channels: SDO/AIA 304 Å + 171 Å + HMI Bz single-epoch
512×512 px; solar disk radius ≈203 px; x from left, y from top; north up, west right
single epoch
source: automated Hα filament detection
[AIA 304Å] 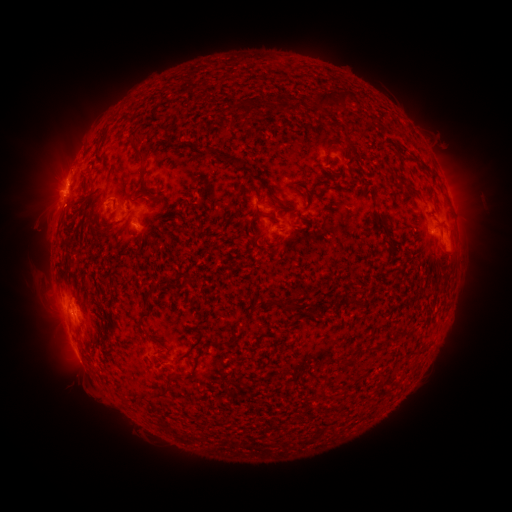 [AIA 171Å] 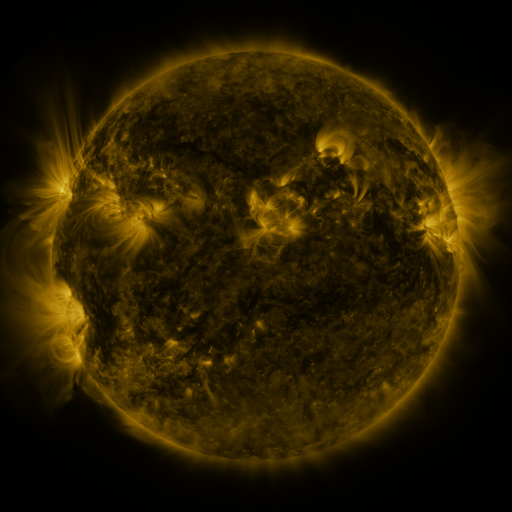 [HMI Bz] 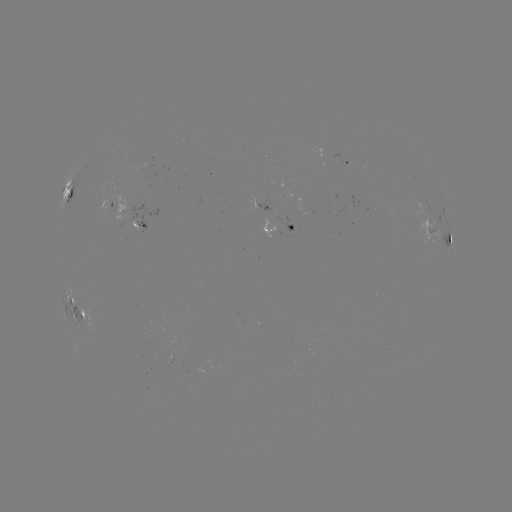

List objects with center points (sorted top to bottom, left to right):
filament: (344, 98)
filament: (251, 109)
filament: (139, 153)
filament: (219, 153)
filament: (246, 170)
filament: (141, 178)
filament: (399, 180)
filament: (70, 193)
filament: (145, 297)
filament: (355, 302)
filament: (275, 303)
filament: (143, 315)
filament: (188, 350)
